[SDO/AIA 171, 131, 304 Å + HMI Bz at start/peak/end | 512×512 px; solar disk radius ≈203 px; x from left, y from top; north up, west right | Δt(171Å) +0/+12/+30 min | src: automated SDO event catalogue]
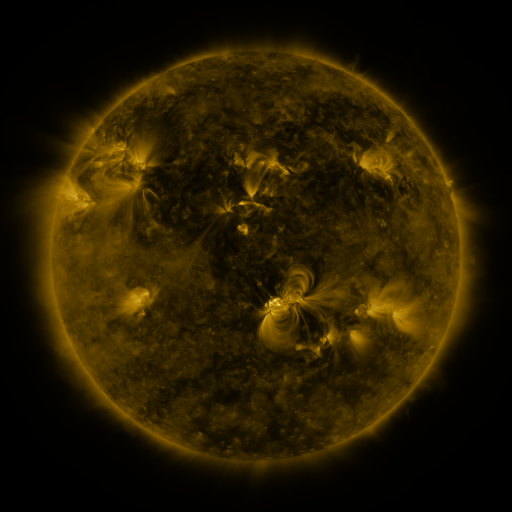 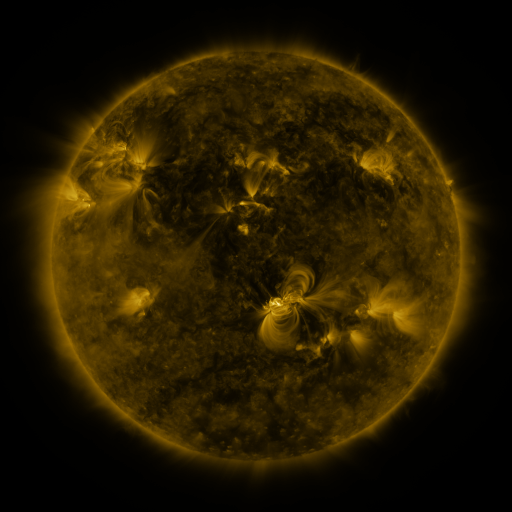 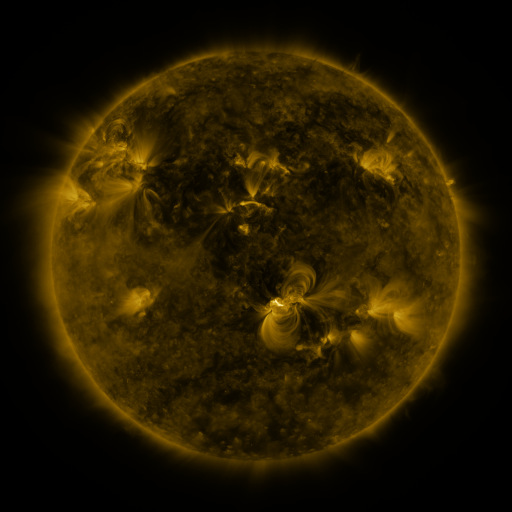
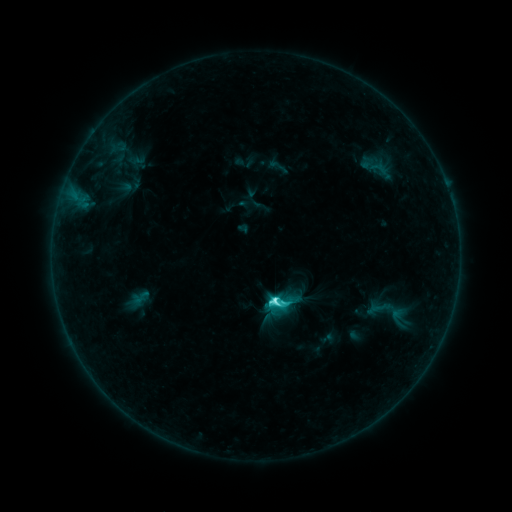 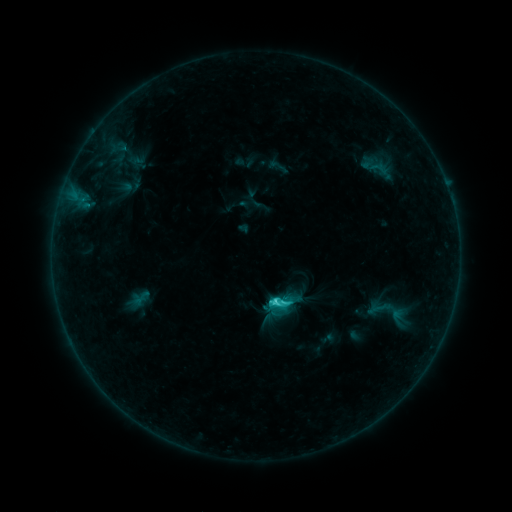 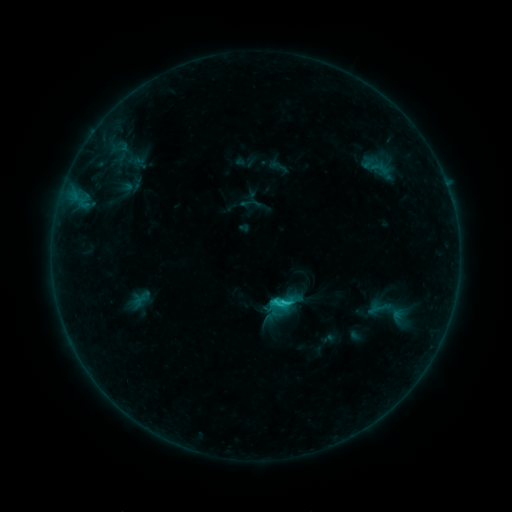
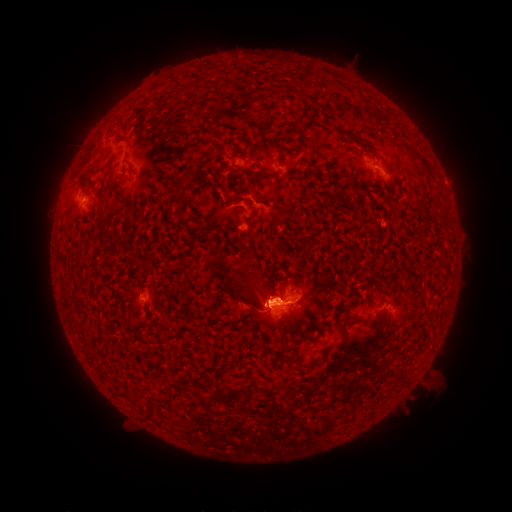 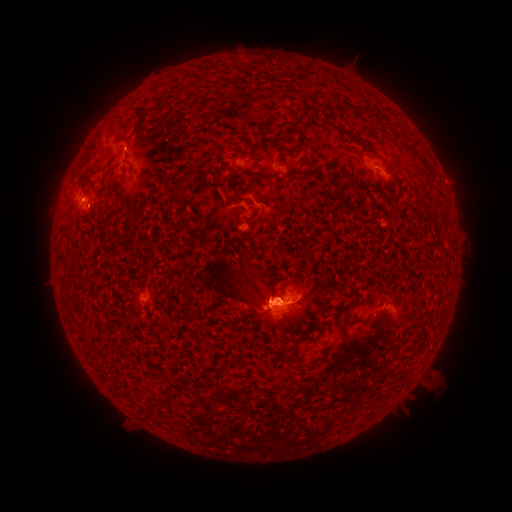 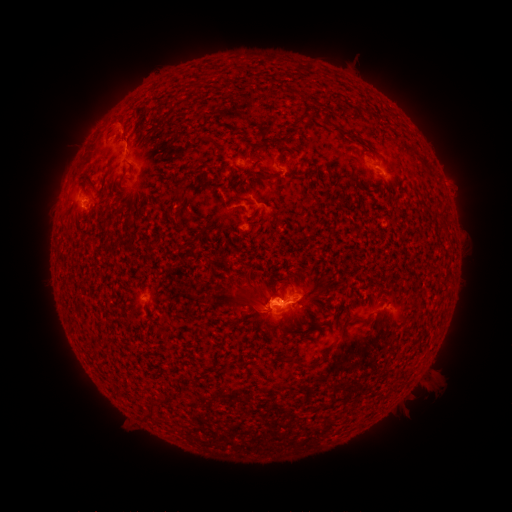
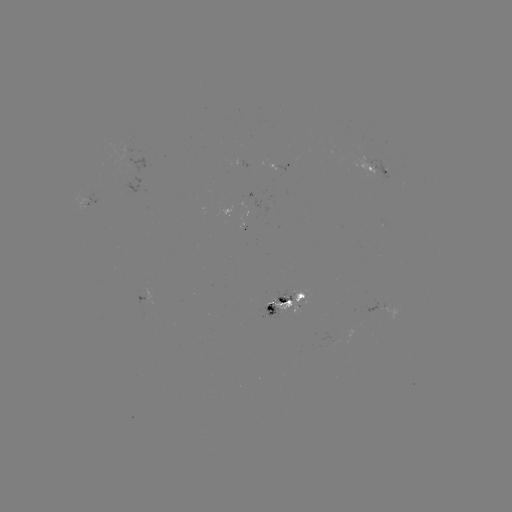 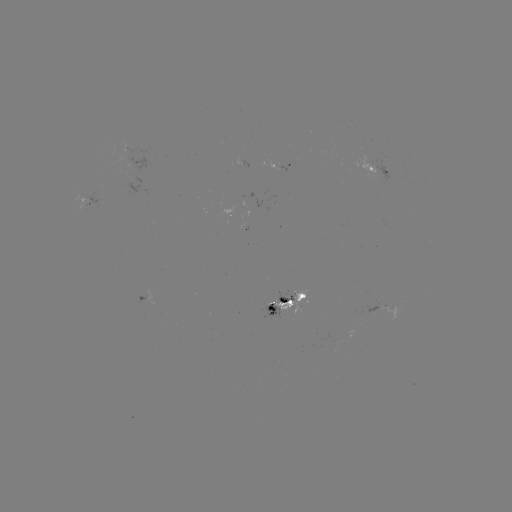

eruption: <bbox>163, 253, 274, 335</bbox>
